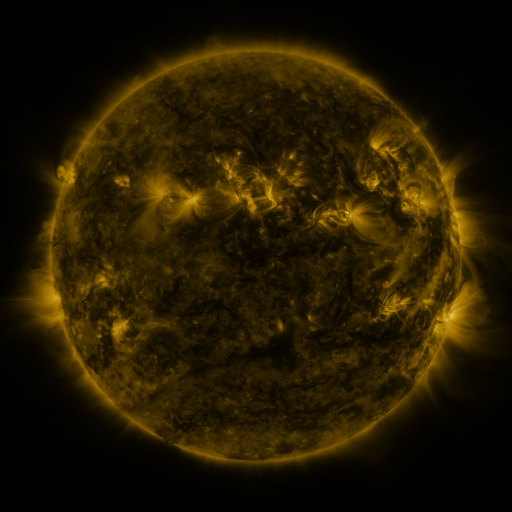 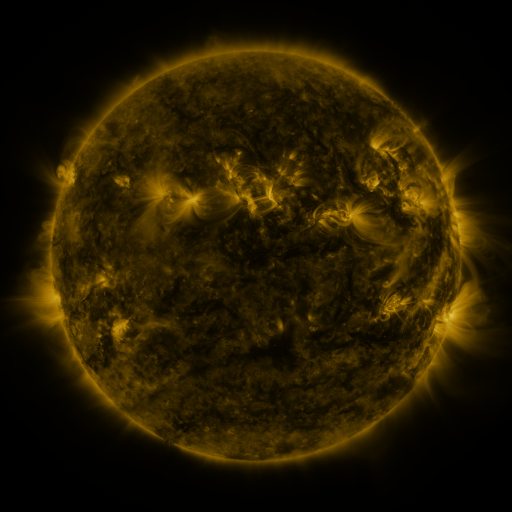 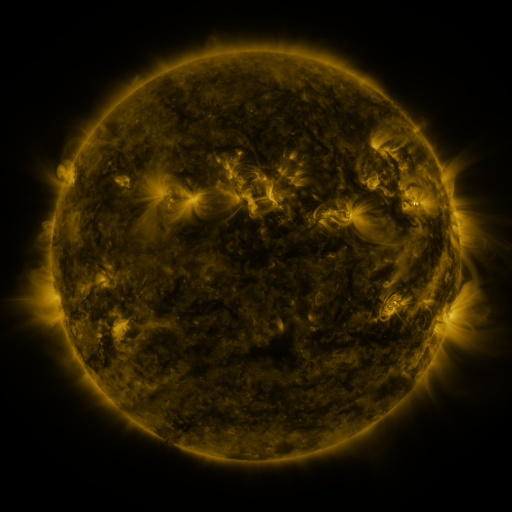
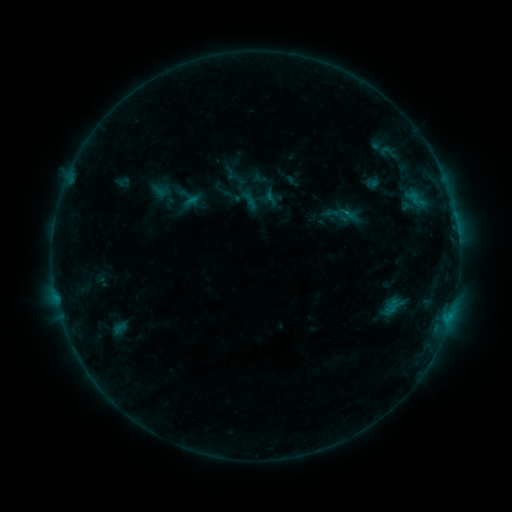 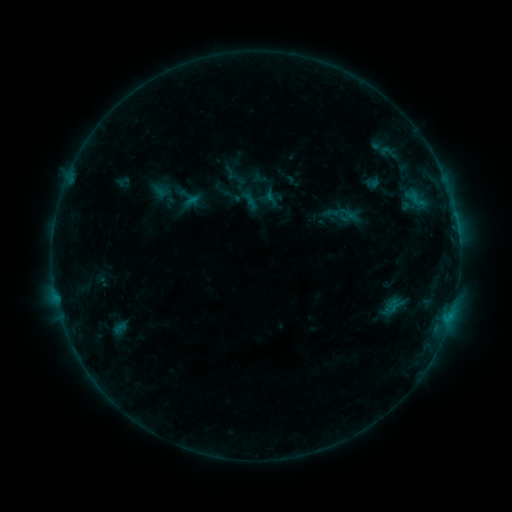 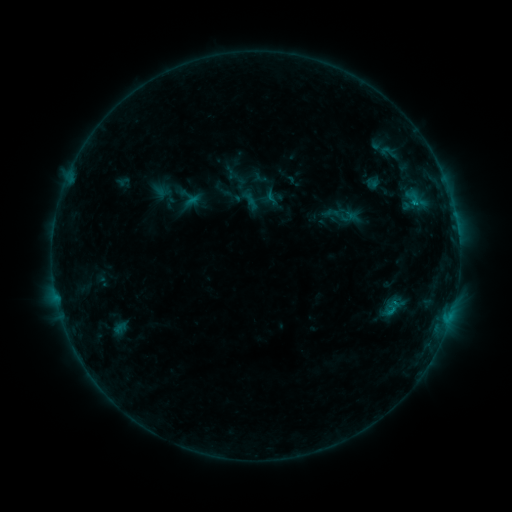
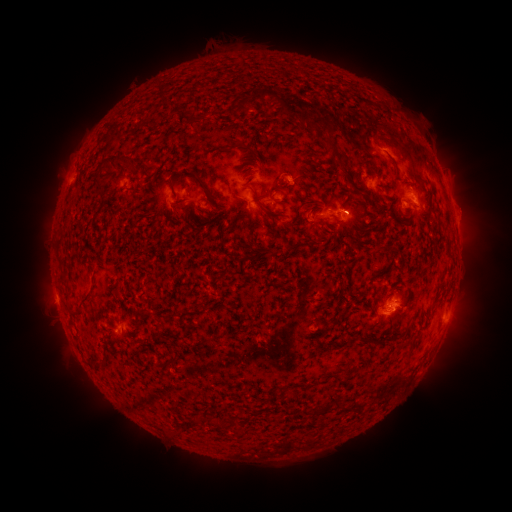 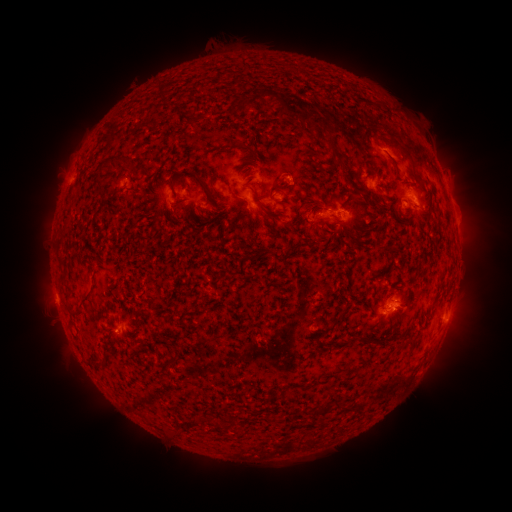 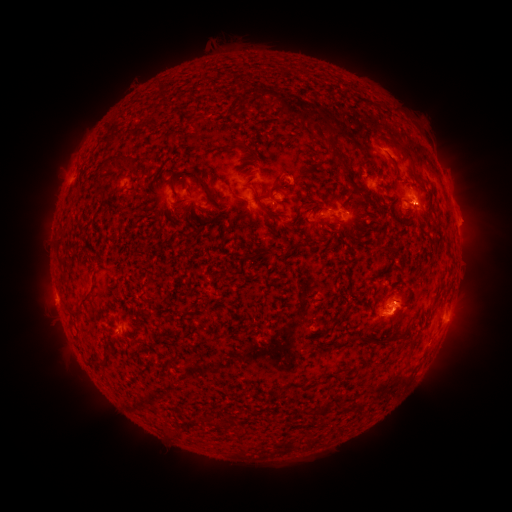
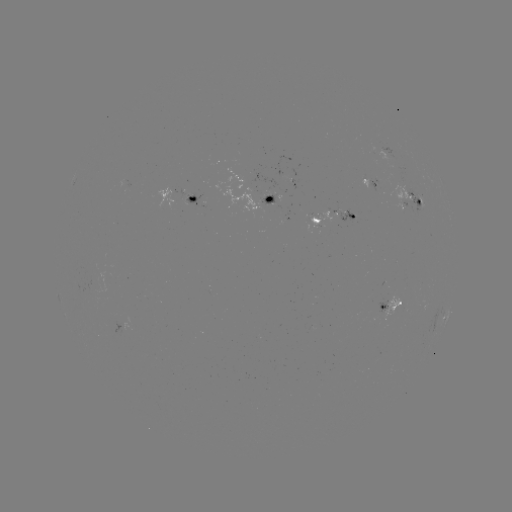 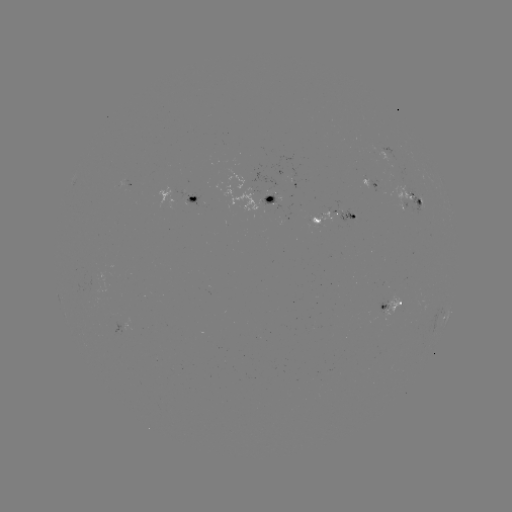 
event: eruption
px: (397, 325)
